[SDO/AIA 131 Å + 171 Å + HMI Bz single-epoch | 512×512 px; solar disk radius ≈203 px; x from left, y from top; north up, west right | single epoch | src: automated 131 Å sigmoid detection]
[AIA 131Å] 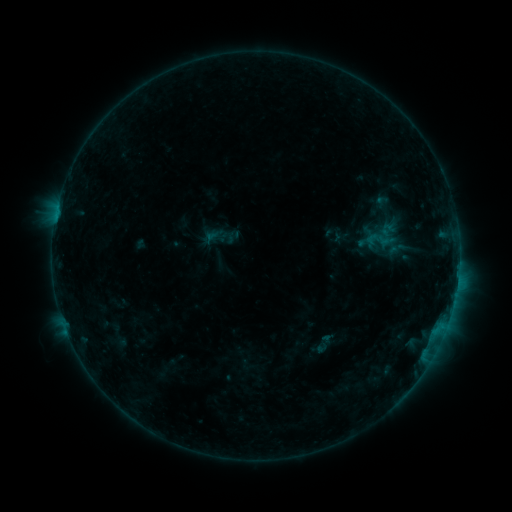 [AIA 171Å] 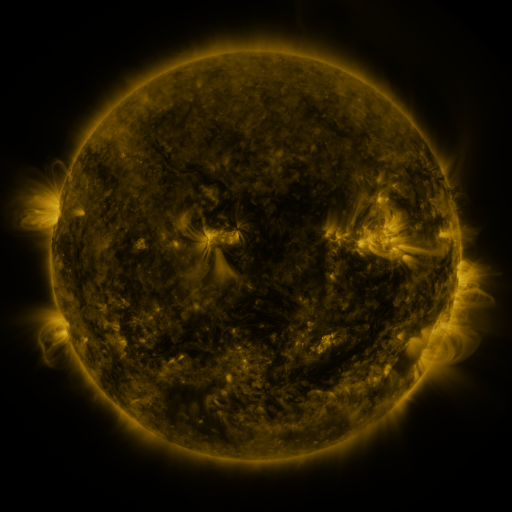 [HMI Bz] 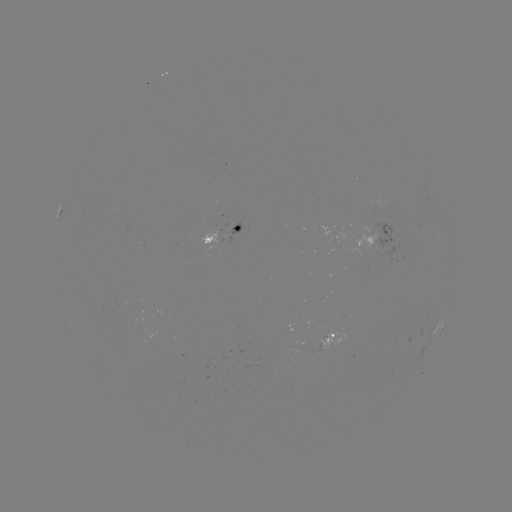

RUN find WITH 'sigmoid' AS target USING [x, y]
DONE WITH [380, 240] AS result